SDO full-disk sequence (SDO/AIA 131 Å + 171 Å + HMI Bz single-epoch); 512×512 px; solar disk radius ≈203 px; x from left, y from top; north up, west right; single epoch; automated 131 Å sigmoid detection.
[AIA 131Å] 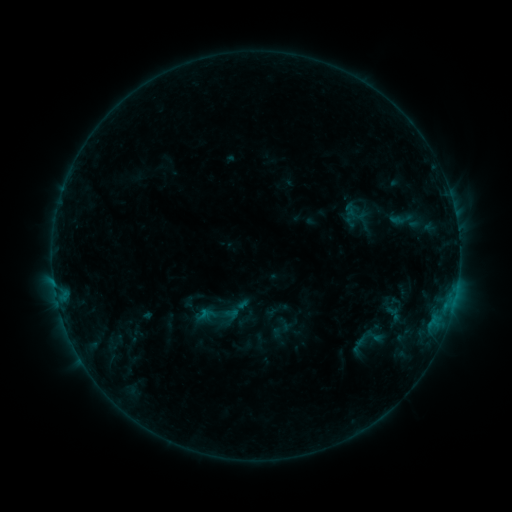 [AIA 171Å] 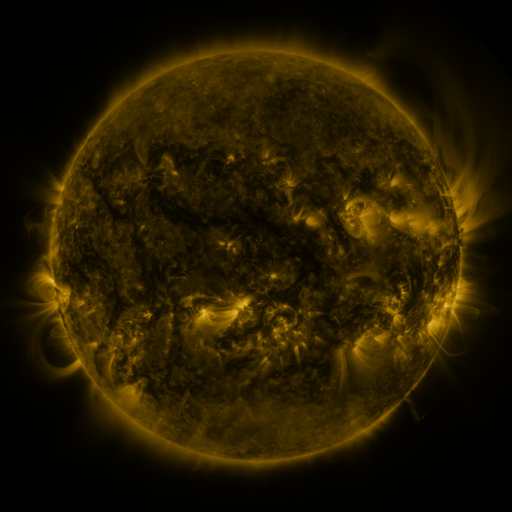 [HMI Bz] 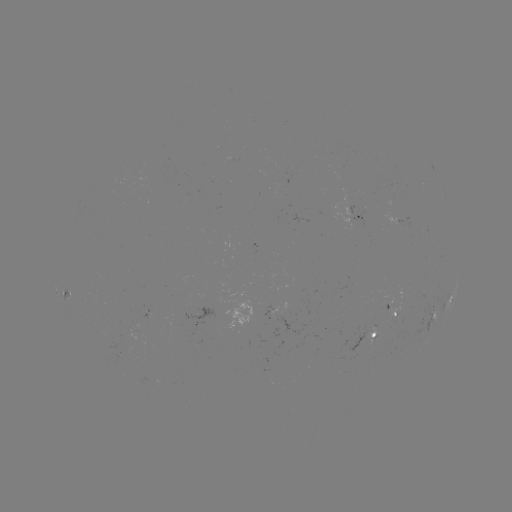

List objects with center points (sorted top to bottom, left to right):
sigmoid: [389, 208, 414, 231]
